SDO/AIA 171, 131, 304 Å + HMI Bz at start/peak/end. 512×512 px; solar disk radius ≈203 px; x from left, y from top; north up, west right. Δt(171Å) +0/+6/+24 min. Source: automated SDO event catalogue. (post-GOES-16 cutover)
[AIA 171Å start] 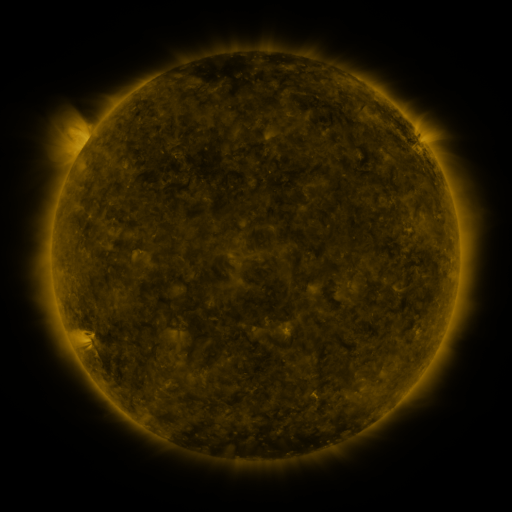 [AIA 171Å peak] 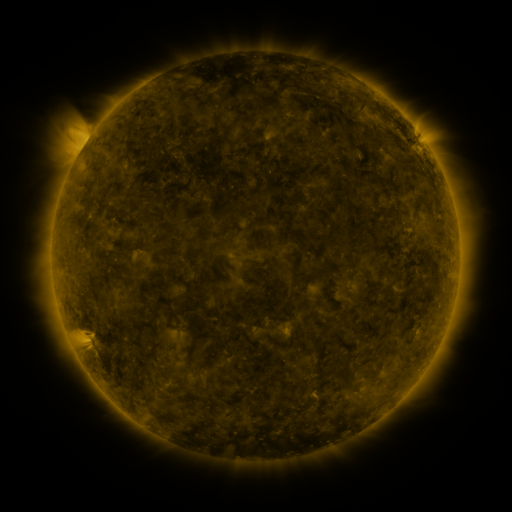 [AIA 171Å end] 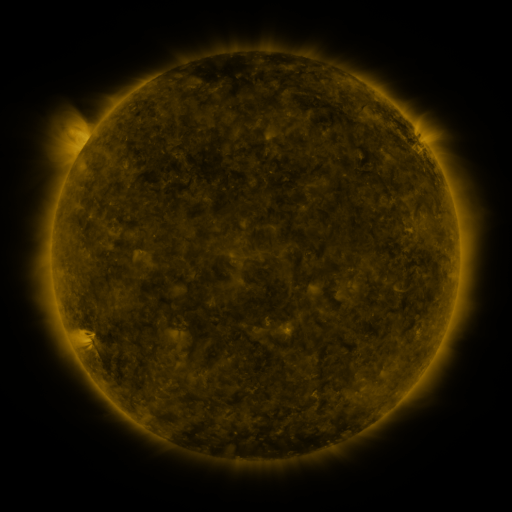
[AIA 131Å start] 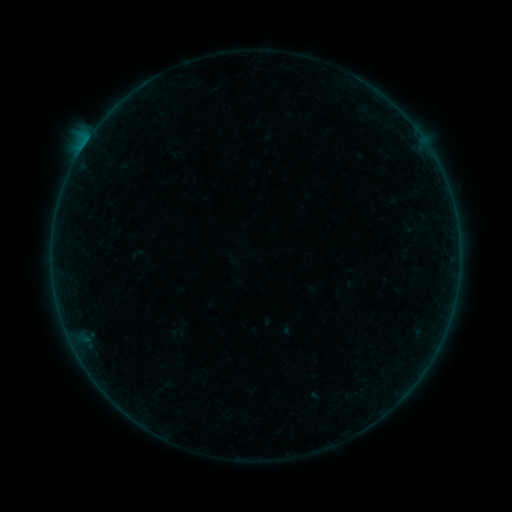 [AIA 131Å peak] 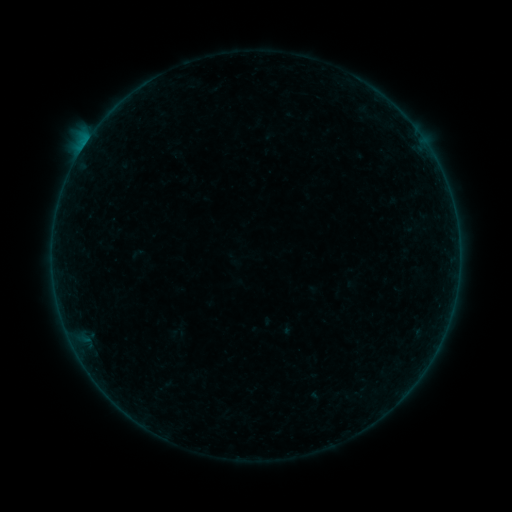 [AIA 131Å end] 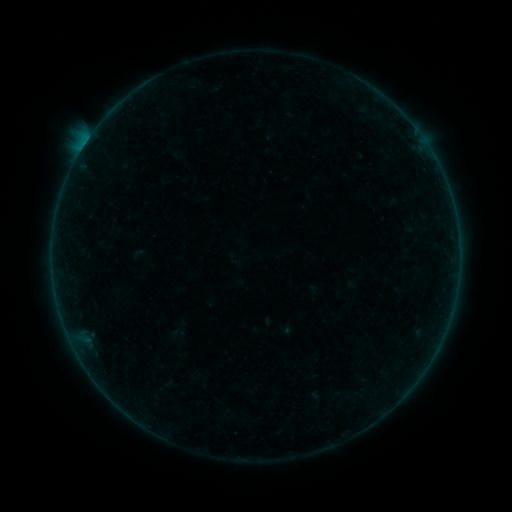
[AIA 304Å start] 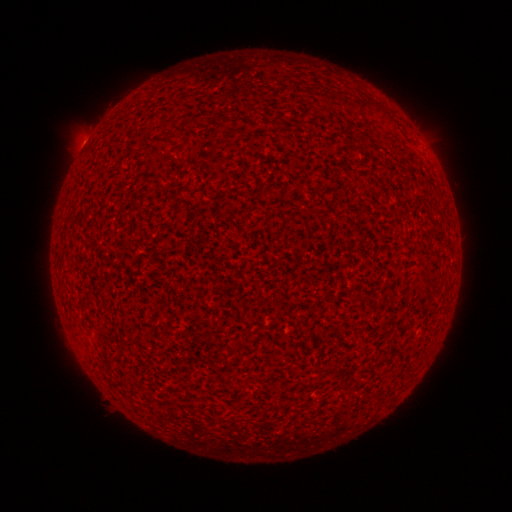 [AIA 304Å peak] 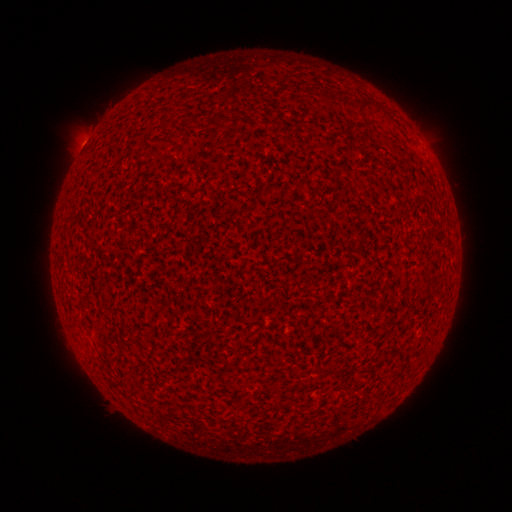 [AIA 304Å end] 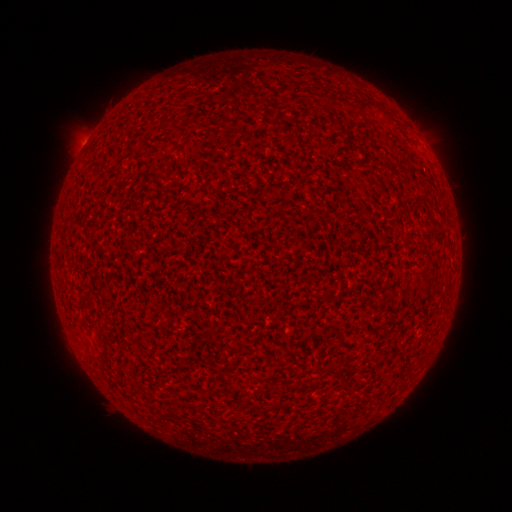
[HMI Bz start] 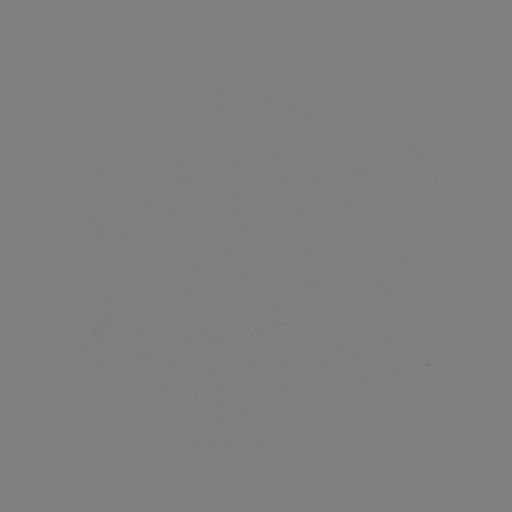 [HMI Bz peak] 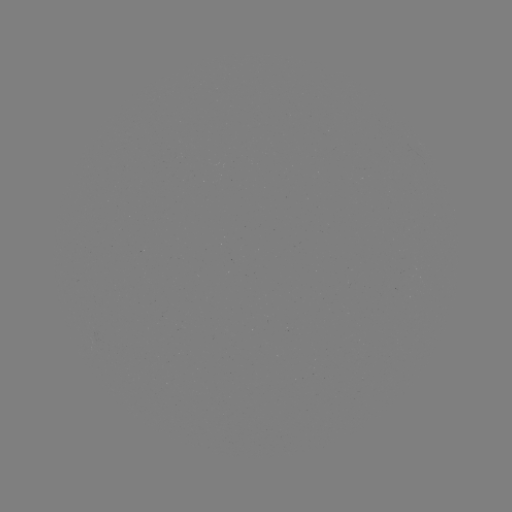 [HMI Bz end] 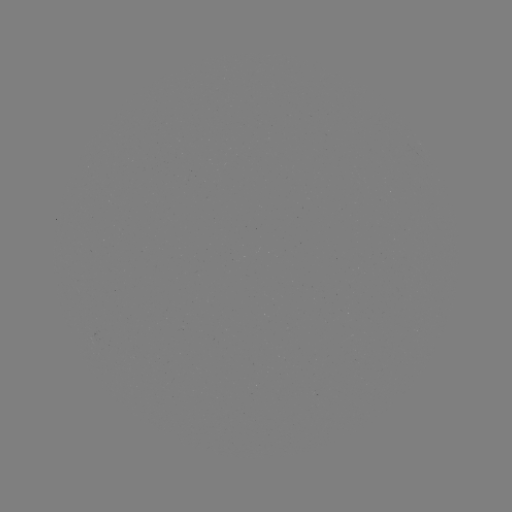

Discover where B1.1 flare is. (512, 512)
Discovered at [85, 145].